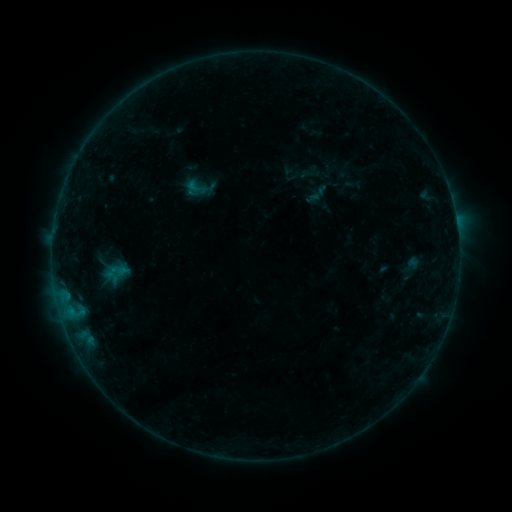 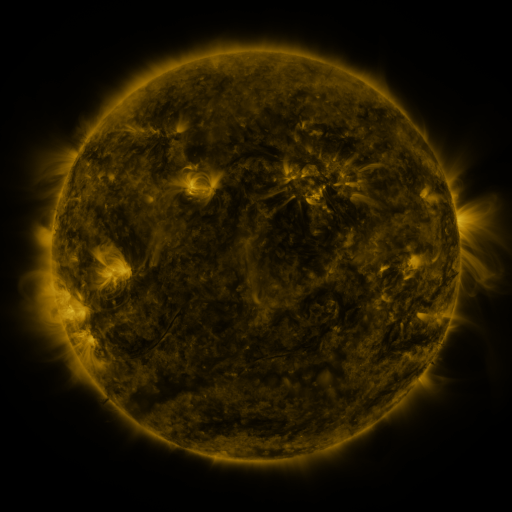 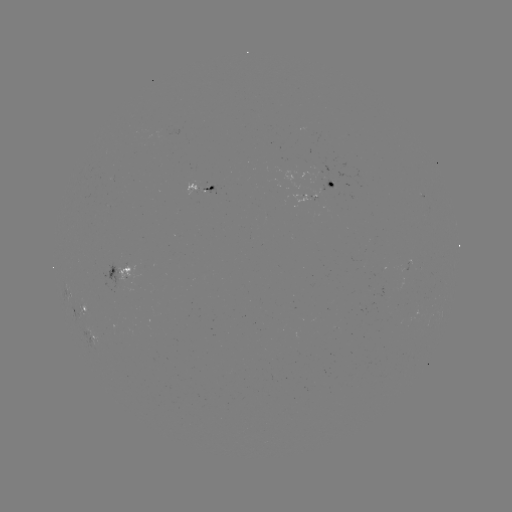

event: sigmoid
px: (200, 188)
